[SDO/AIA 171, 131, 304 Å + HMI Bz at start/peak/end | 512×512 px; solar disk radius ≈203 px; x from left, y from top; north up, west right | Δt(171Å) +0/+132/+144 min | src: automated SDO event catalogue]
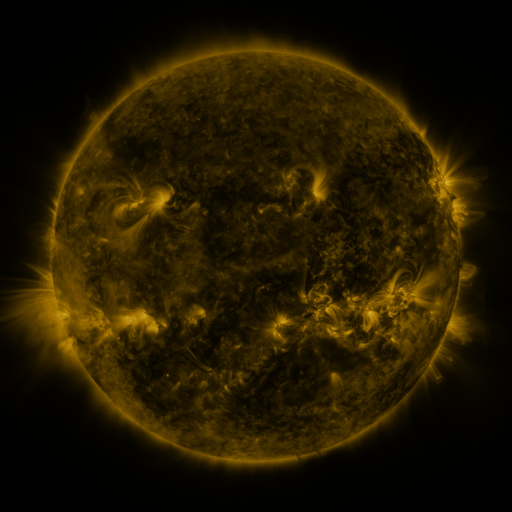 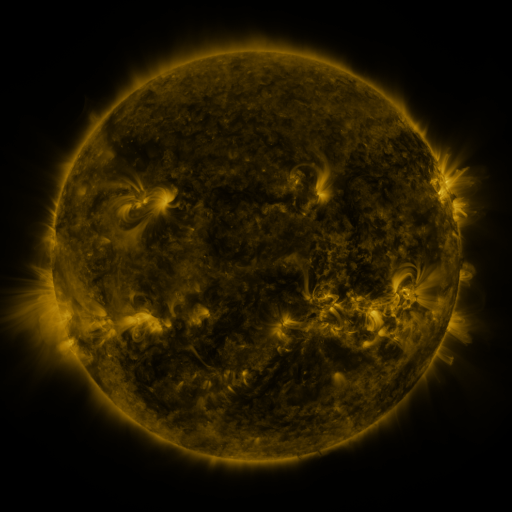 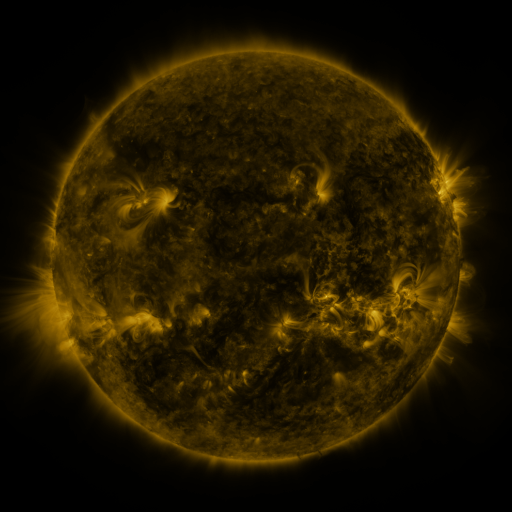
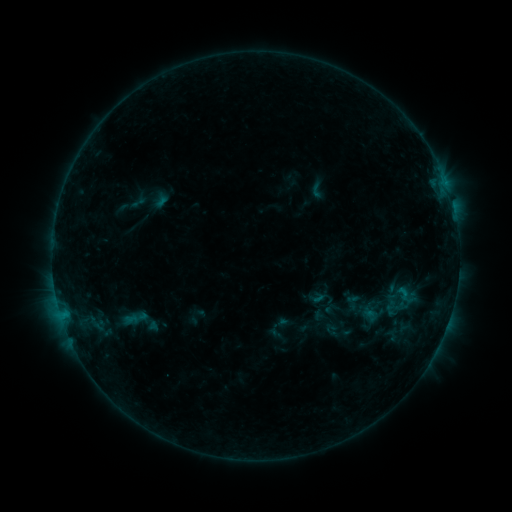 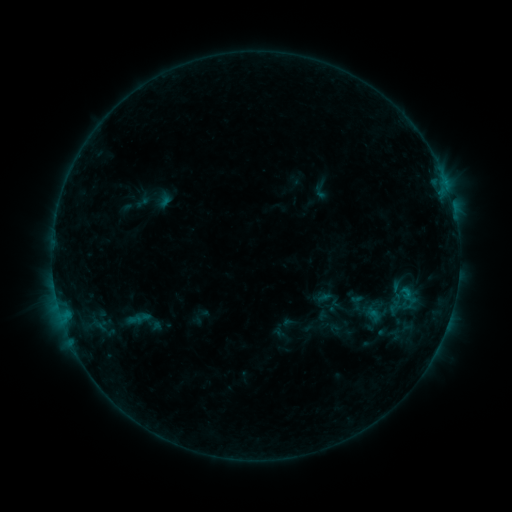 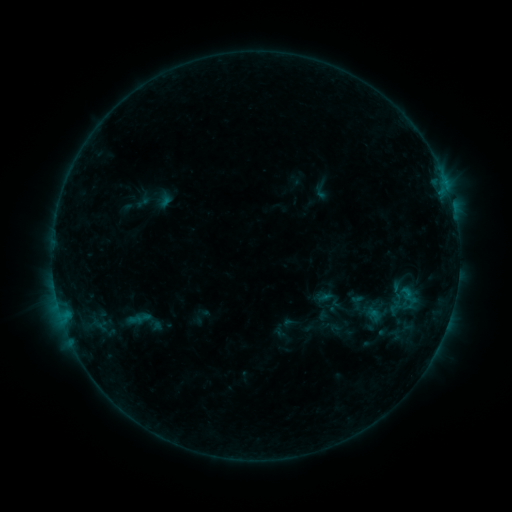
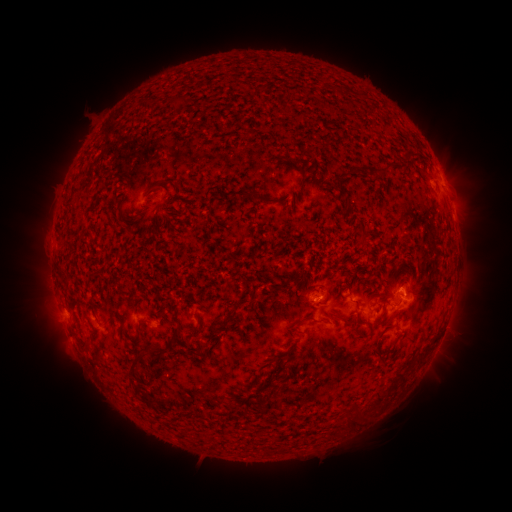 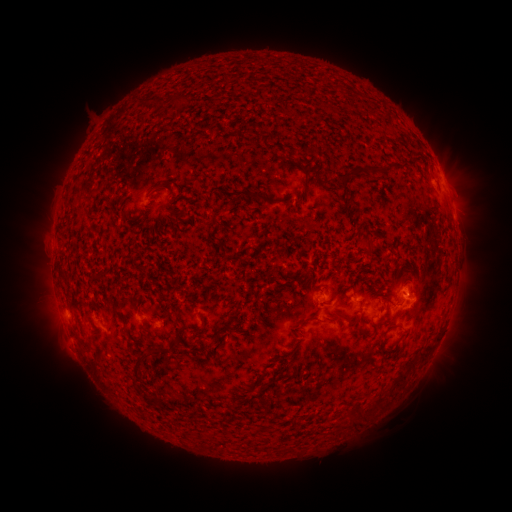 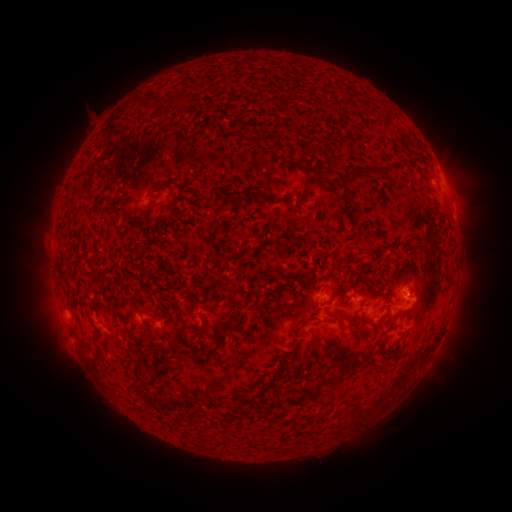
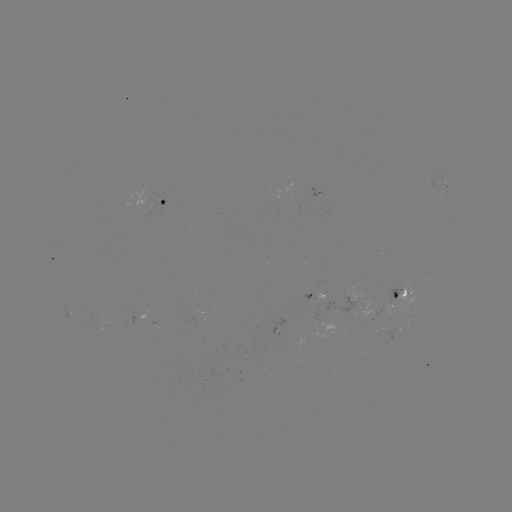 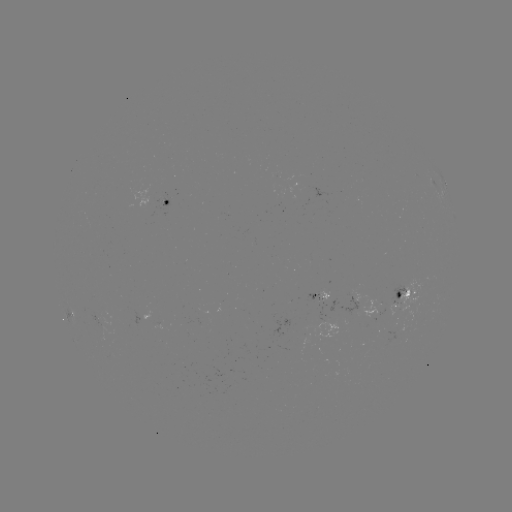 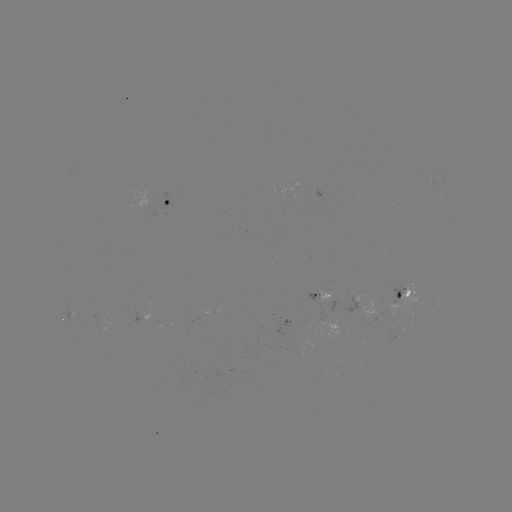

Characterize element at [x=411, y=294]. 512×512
emerging-flux region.